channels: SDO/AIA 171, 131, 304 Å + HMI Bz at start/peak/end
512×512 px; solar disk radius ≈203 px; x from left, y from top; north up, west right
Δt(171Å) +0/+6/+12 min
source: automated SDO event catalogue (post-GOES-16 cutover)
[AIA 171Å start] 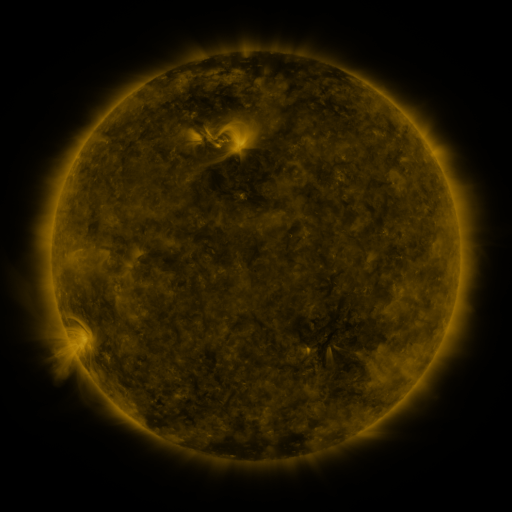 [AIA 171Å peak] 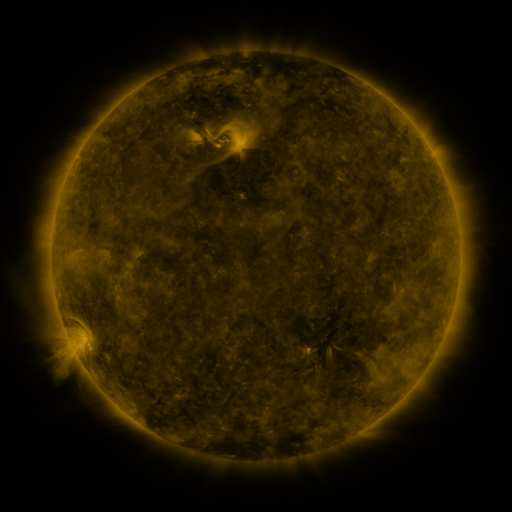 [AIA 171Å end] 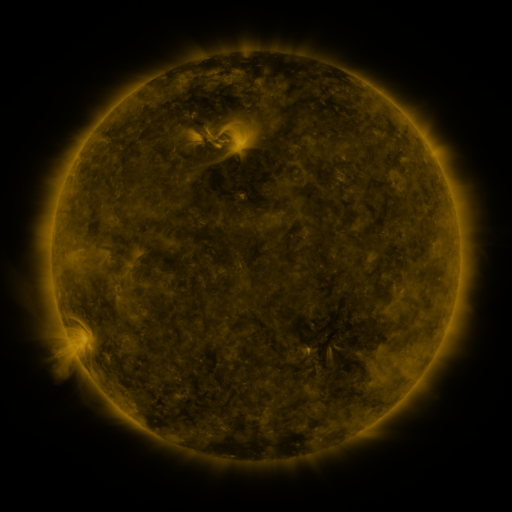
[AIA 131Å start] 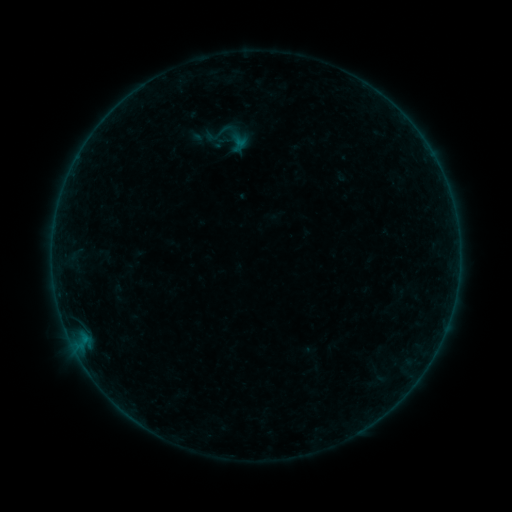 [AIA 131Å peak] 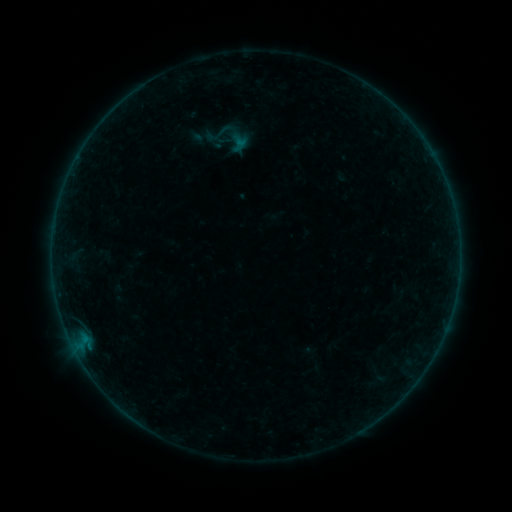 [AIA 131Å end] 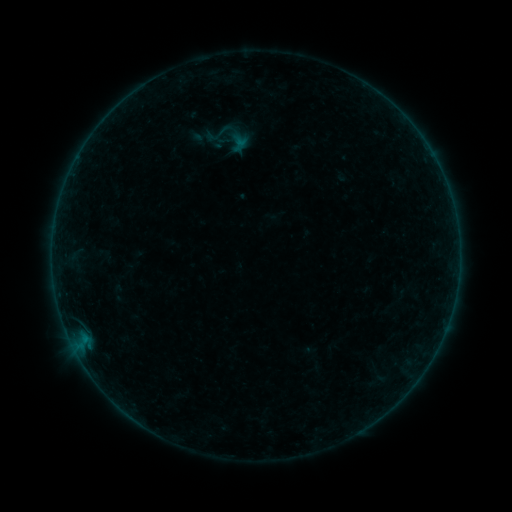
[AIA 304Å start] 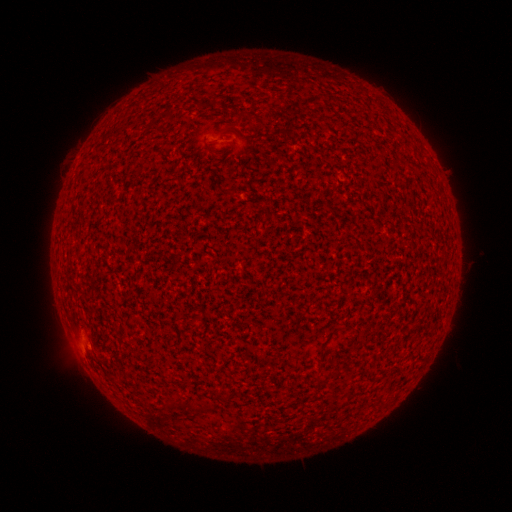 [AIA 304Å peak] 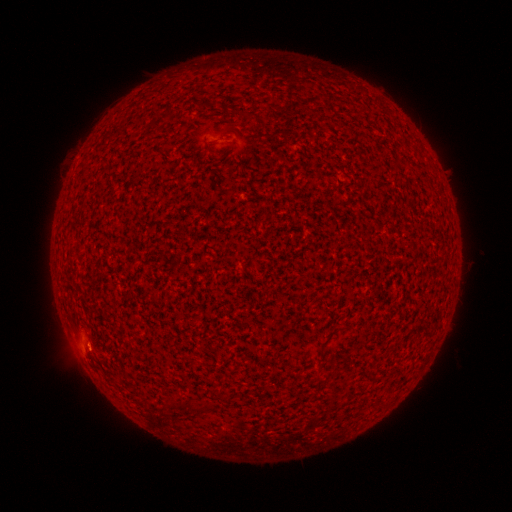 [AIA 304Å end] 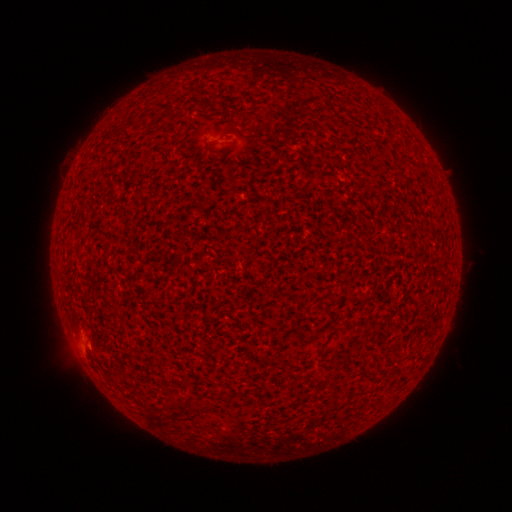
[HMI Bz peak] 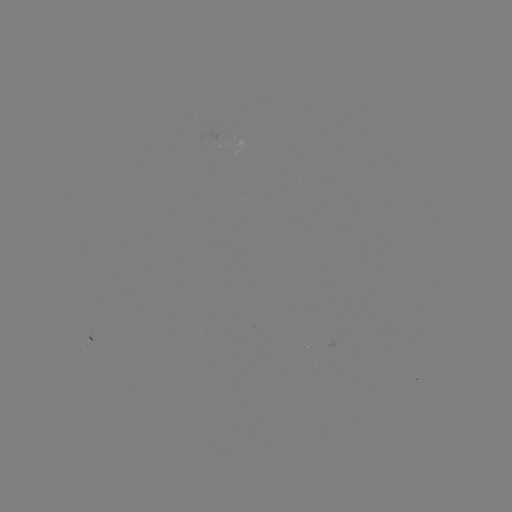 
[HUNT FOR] A6.3 flare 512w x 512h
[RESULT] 88,344